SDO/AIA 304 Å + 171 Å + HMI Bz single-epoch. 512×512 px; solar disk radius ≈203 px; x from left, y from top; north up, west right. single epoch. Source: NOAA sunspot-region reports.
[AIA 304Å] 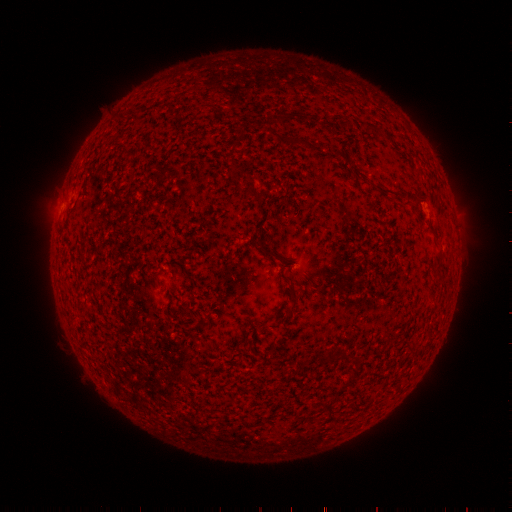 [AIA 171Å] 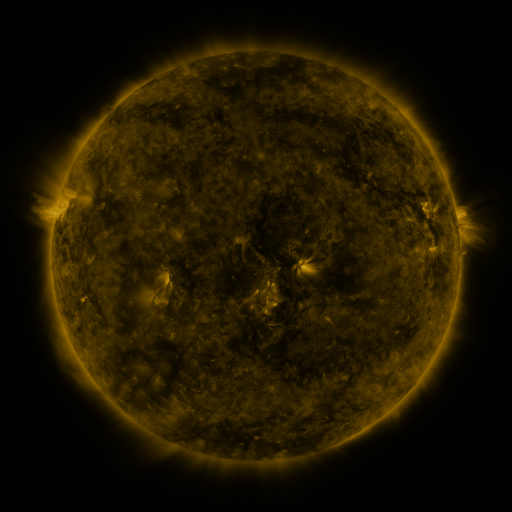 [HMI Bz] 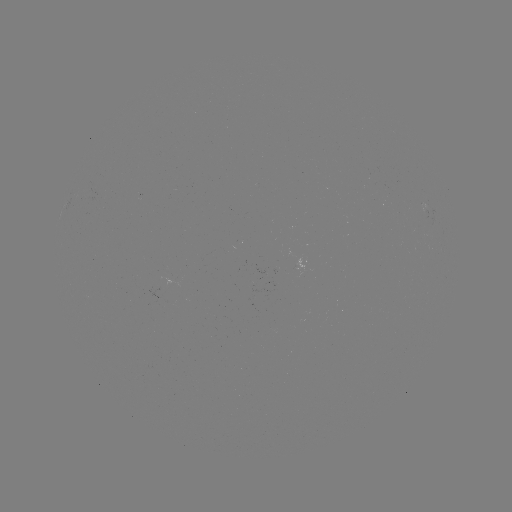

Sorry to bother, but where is spotted active region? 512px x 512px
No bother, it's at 426,208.